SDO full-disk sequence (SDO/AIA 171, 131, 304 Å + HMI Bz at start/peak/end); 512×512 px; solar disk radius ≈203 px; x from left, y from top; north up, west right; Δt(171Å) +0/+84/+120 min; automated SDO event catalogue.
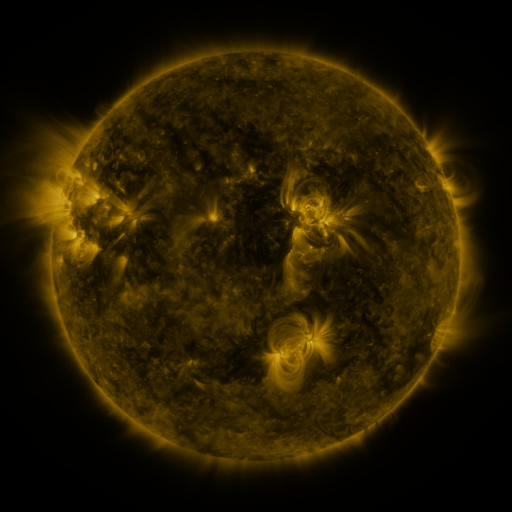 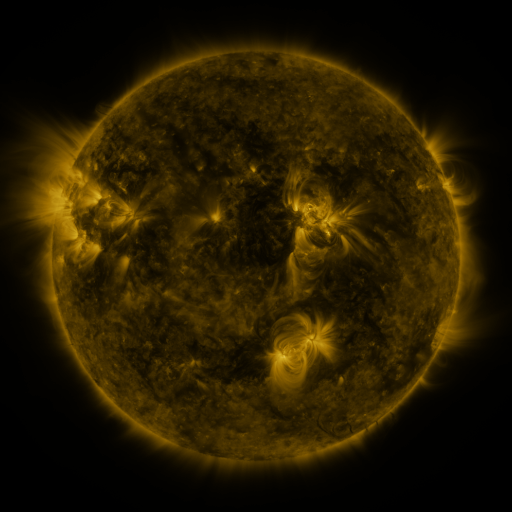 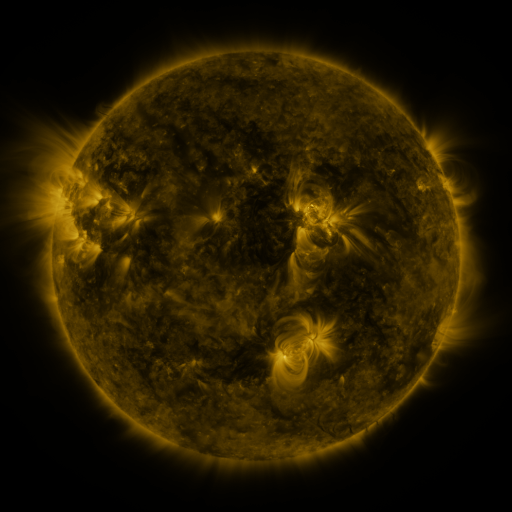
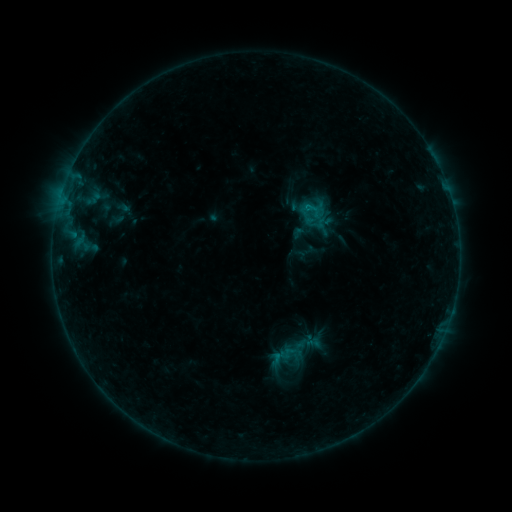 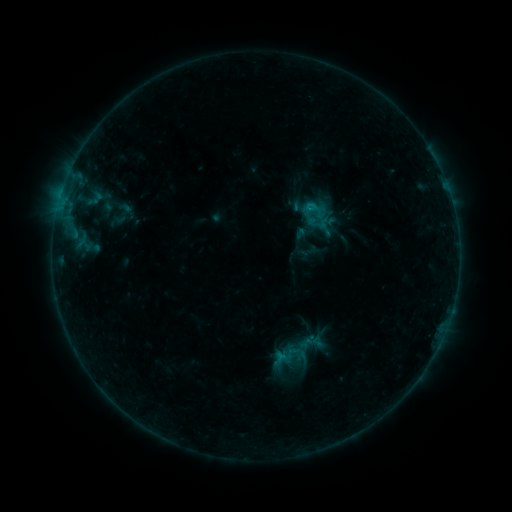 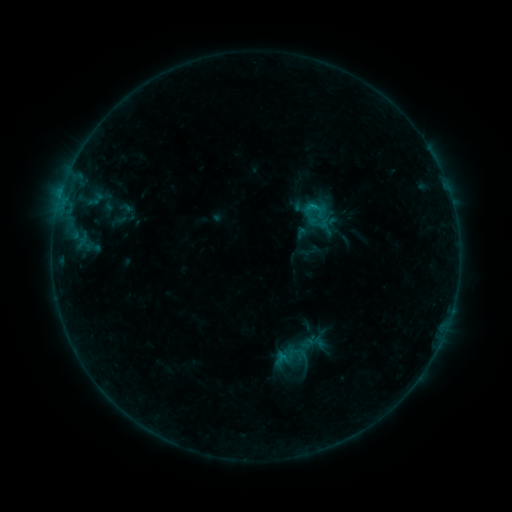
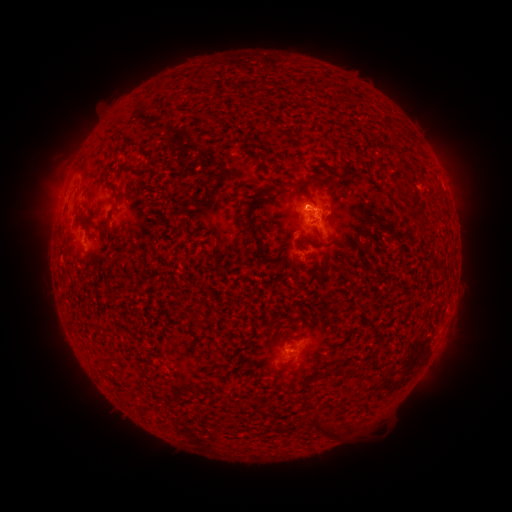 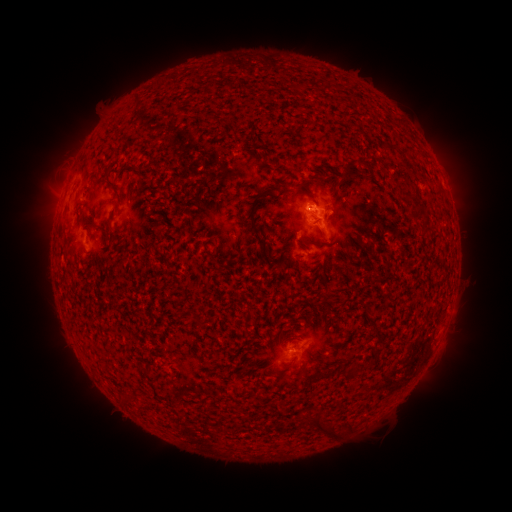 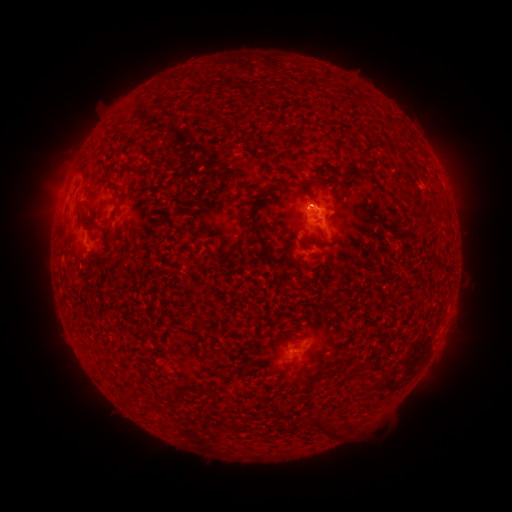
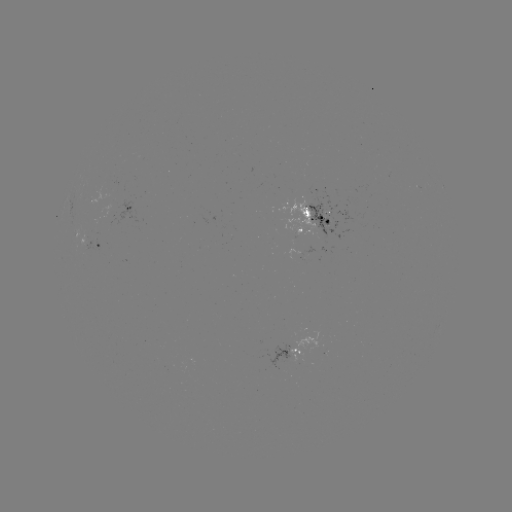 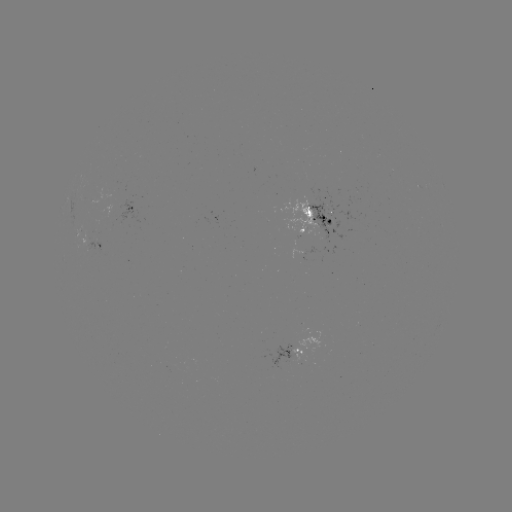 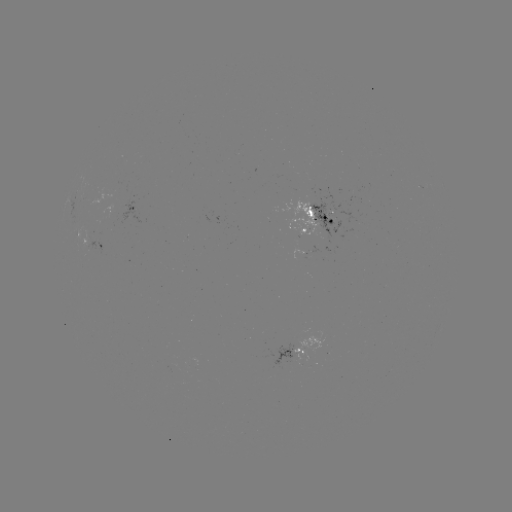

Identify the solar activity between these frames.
emerging-flux region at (311, 250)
